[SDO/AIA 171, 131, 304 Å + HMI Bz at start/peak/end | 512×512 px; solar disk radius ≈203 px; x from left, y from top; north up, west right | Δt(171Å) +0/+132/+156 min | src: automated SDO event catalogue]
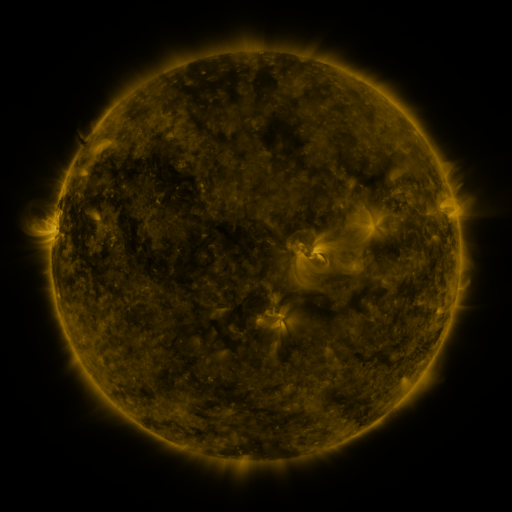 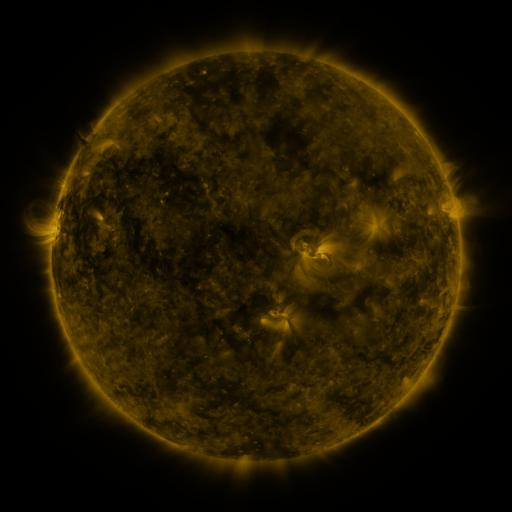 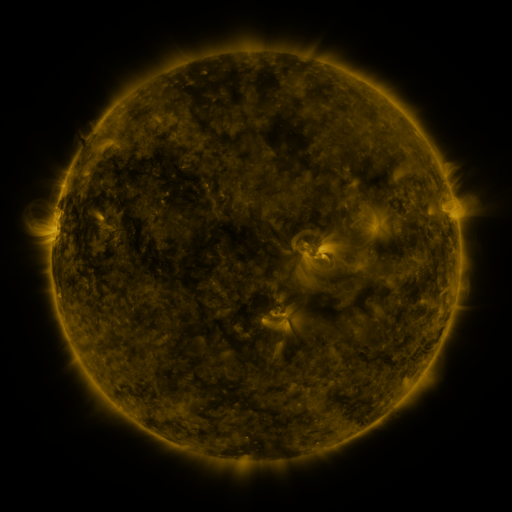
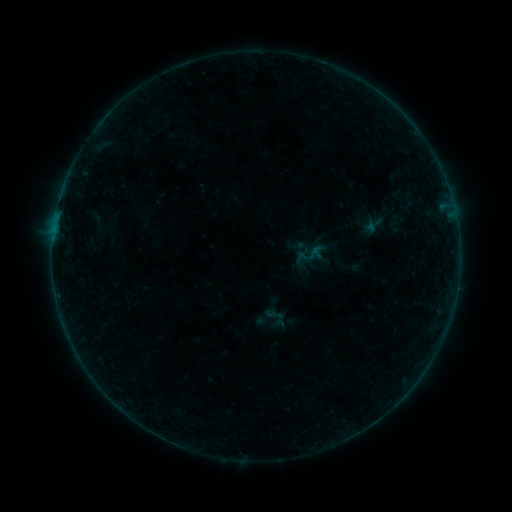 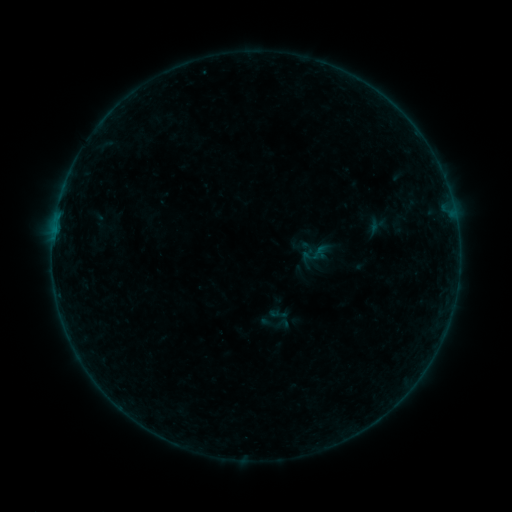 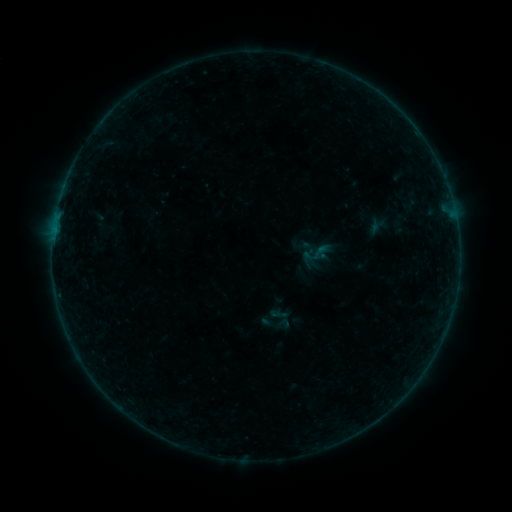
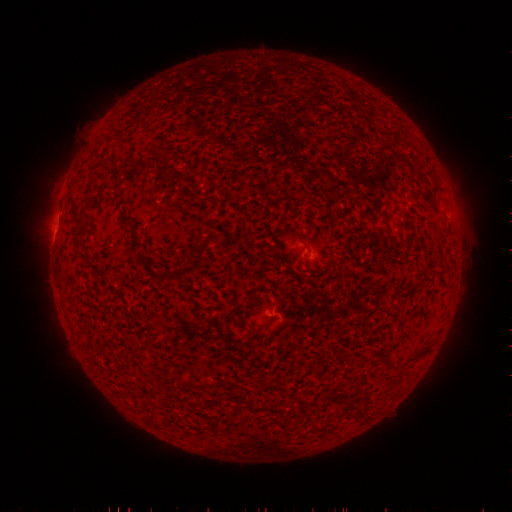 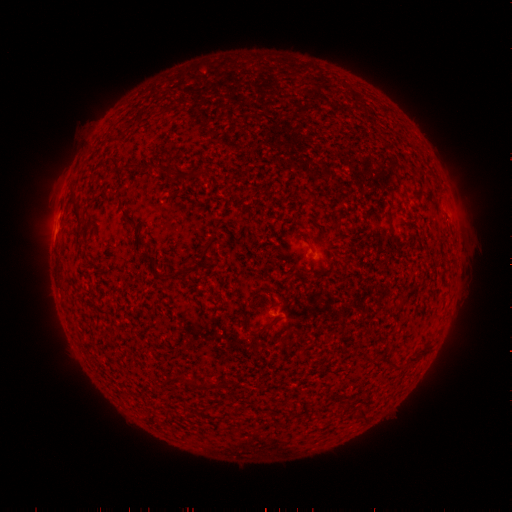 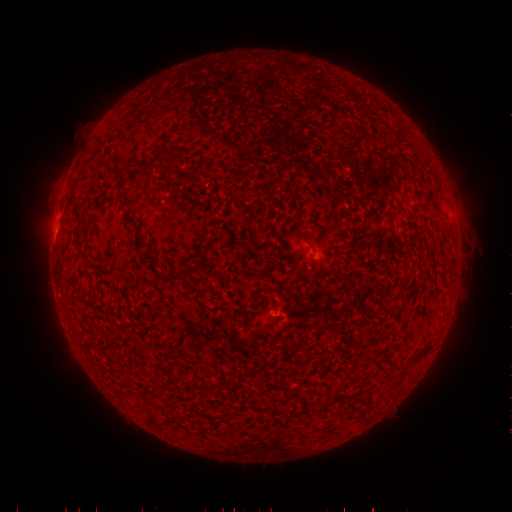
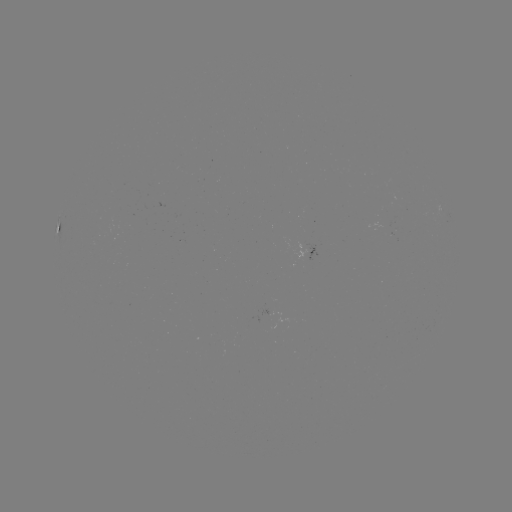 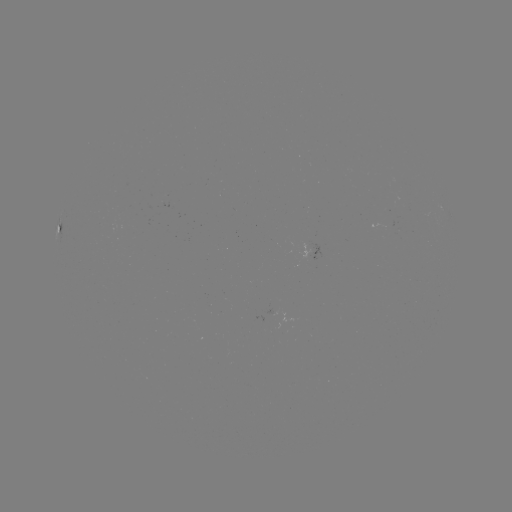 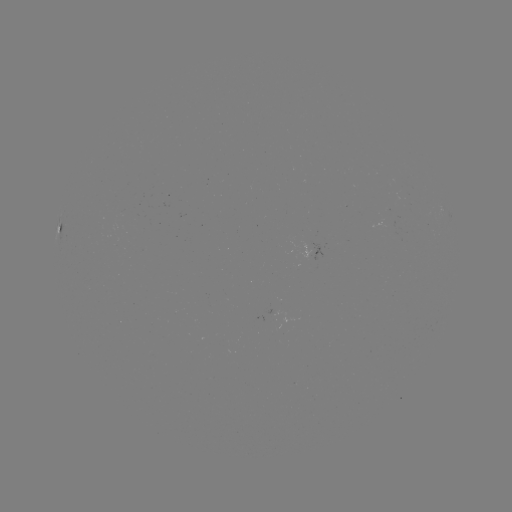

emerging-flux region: (297, 241, 309, 259)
